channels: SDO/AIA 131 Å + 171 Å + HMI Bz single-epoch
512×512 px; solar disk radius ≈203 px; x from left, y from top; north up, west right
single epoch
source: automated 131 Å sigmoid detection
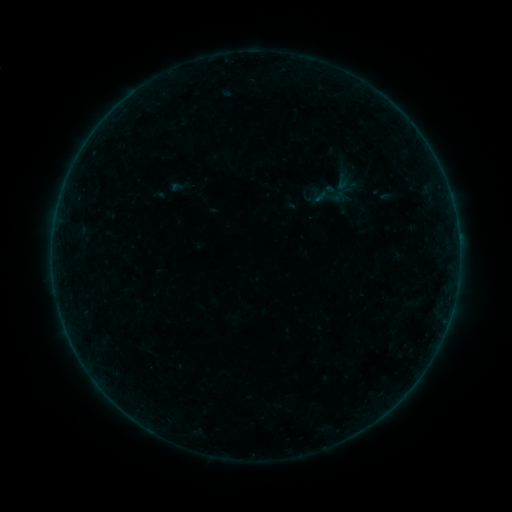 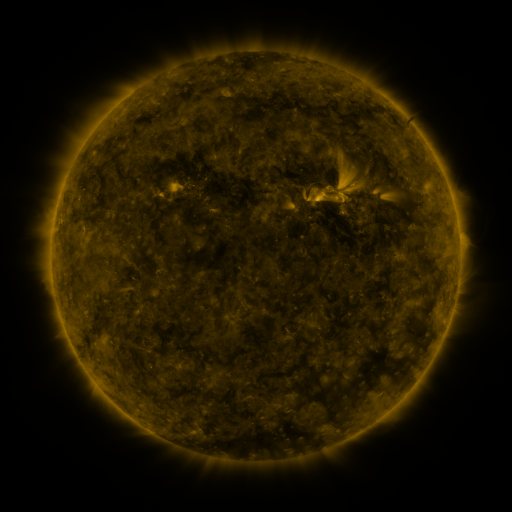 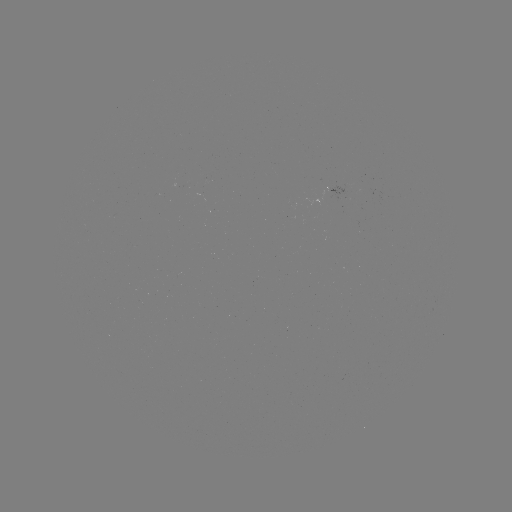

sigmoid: <bbox>310, 178, 353, 216</bbox>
